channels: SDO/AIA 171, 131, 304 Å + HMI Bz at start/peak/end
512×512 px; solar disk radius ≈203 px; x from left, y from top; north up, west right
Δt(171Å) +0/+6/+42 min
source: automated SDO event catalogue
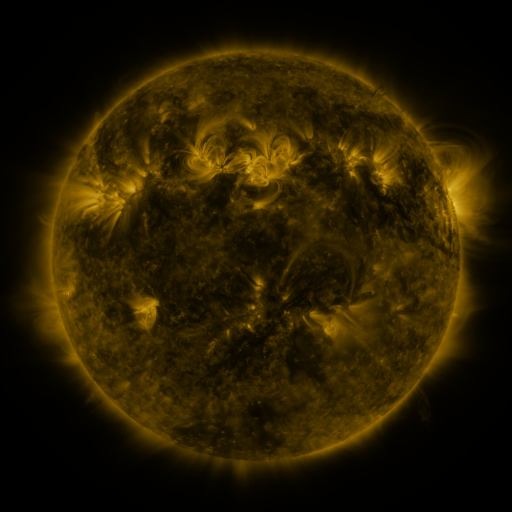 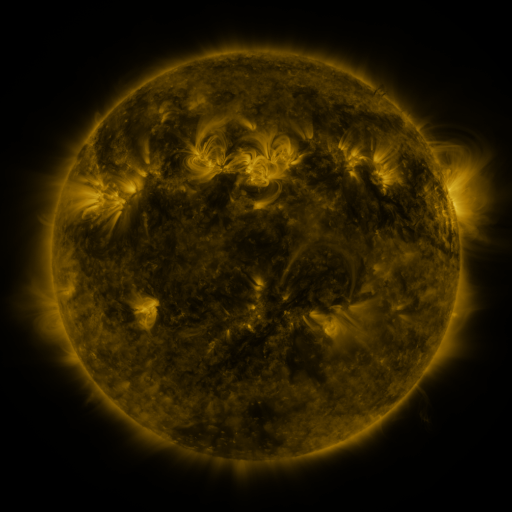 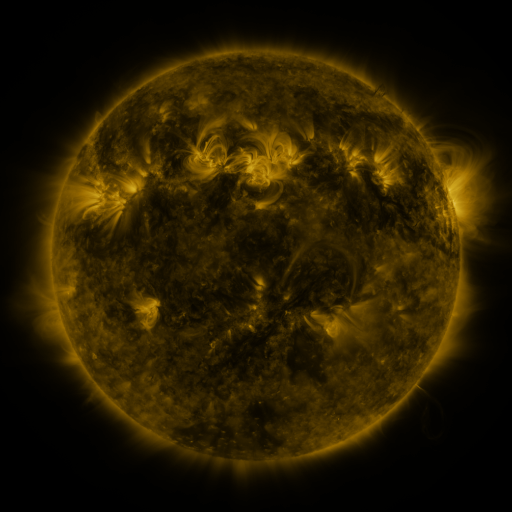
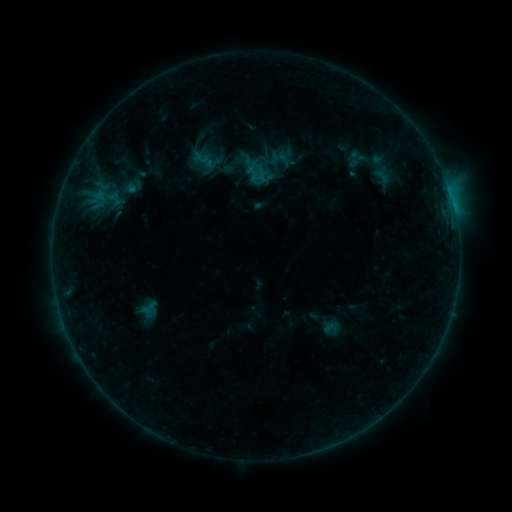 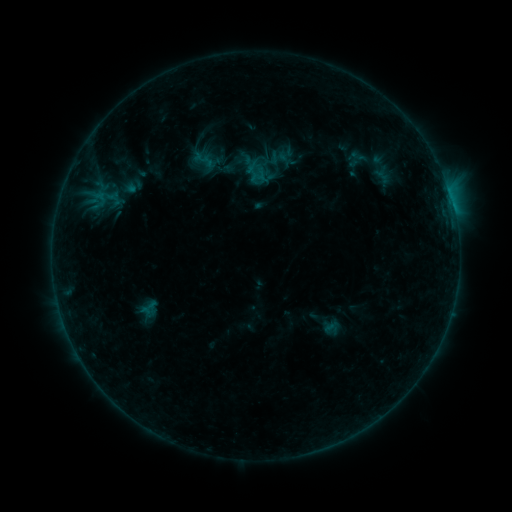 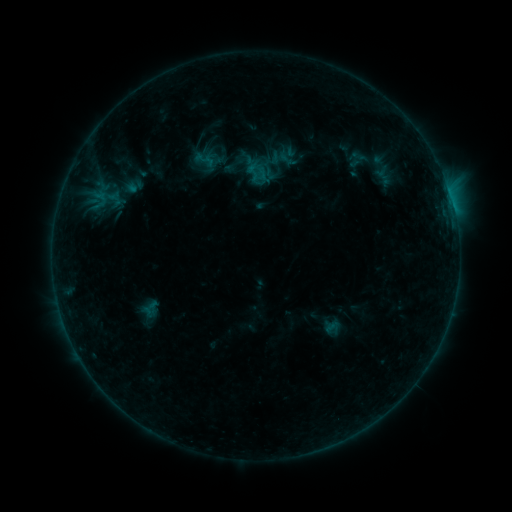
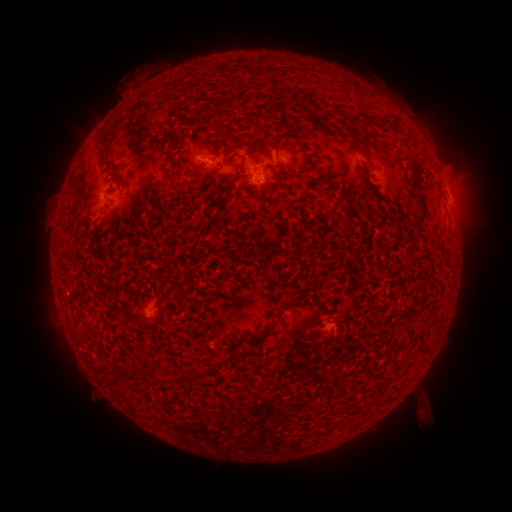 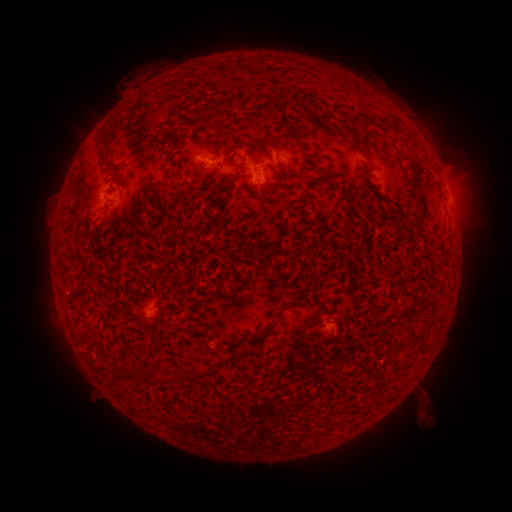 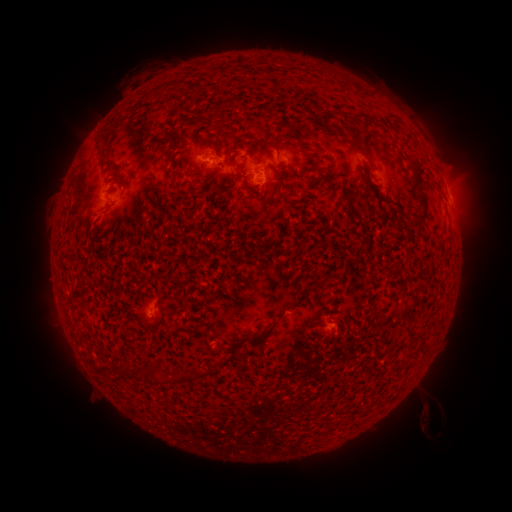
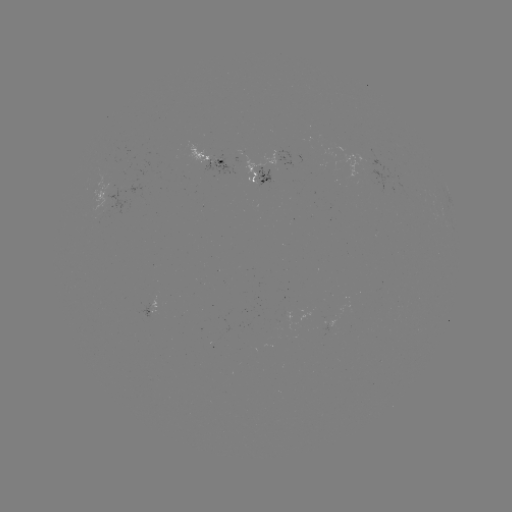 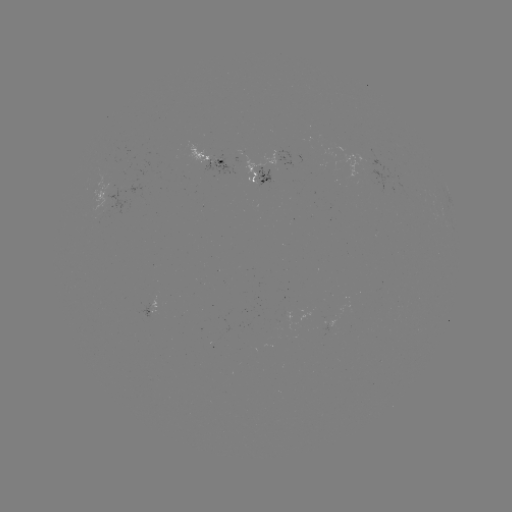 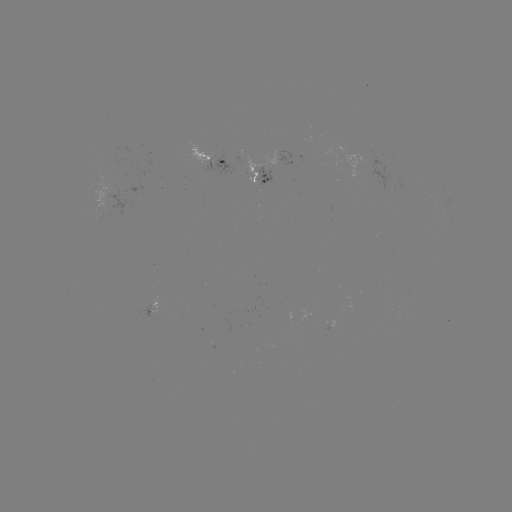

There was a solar emerging-flux region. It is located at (254, 176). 